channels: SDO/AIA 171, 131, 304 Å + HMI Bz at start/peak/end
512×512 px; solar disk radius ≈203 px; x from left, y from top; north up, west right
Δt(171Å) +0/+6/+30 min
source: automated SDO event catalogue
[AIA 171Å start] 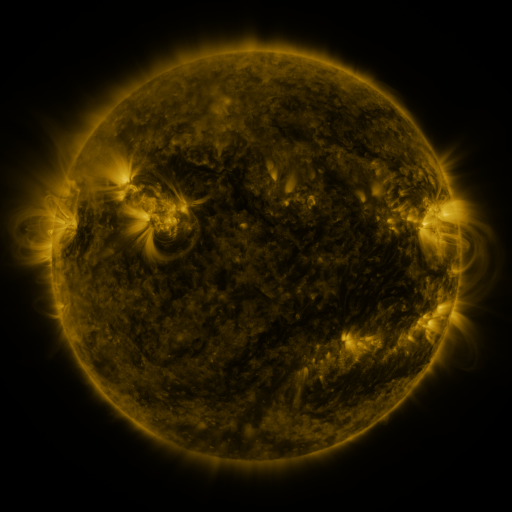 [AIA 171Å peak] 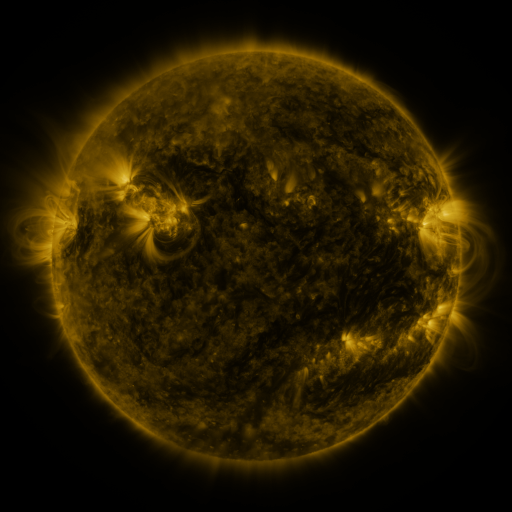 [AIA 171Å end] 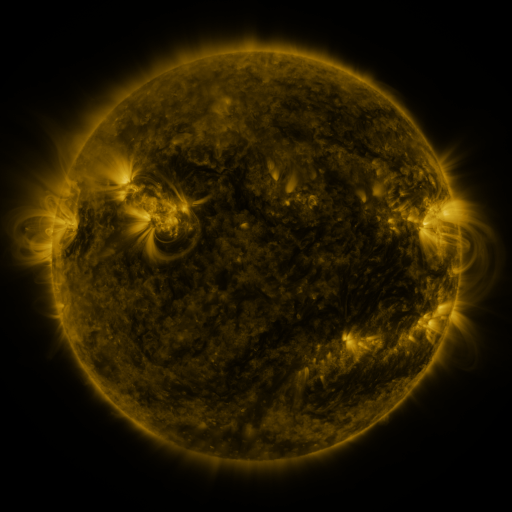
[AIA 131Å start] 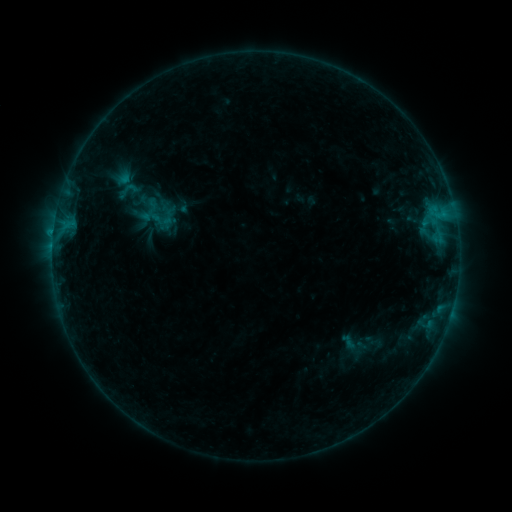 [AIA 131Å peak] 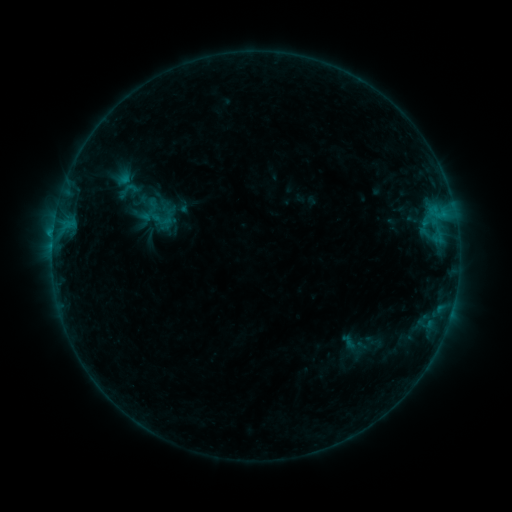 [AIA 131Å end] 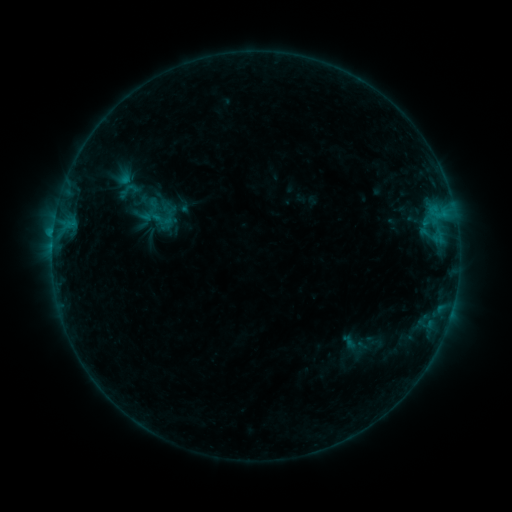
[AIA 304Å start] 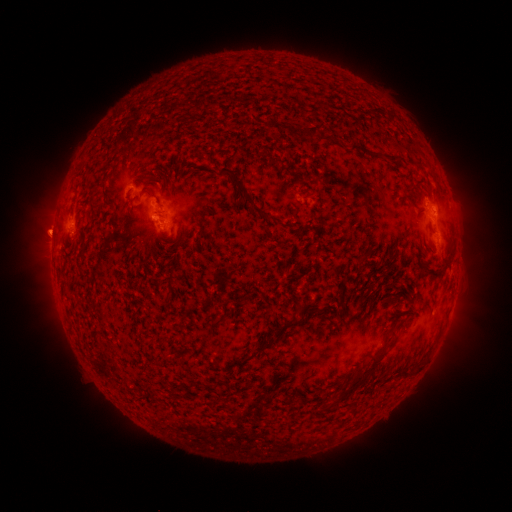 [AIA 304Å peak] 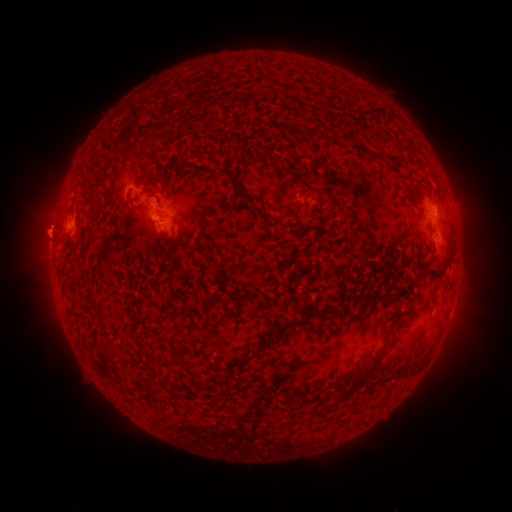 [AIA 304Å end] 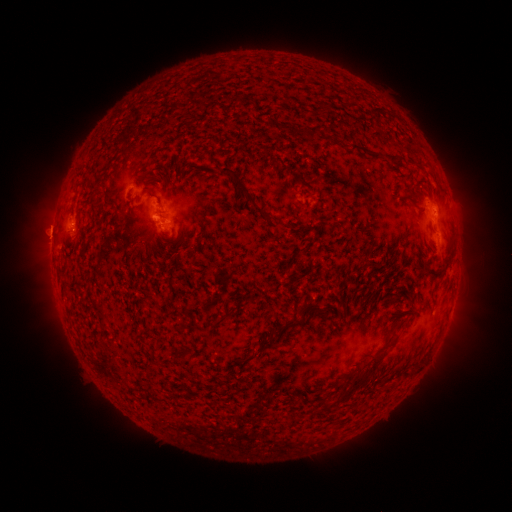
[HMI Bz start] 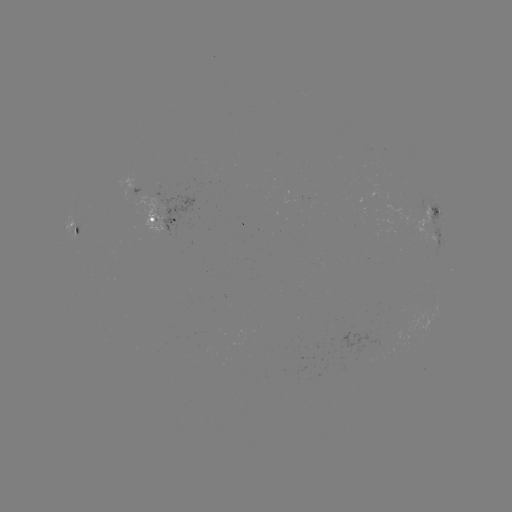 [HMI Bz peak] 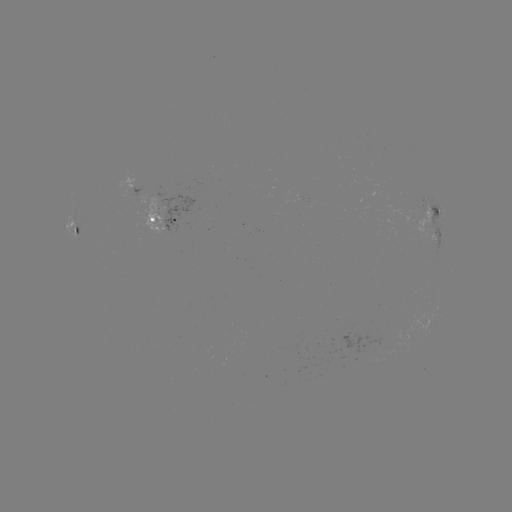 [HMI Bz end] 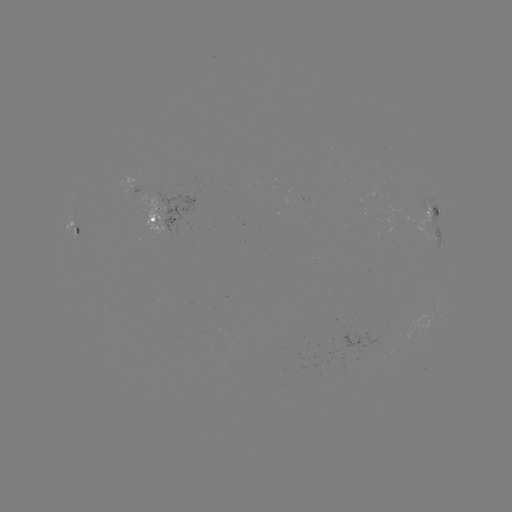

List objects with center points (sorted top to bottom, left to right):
B8.8 flare: (156, 219)
